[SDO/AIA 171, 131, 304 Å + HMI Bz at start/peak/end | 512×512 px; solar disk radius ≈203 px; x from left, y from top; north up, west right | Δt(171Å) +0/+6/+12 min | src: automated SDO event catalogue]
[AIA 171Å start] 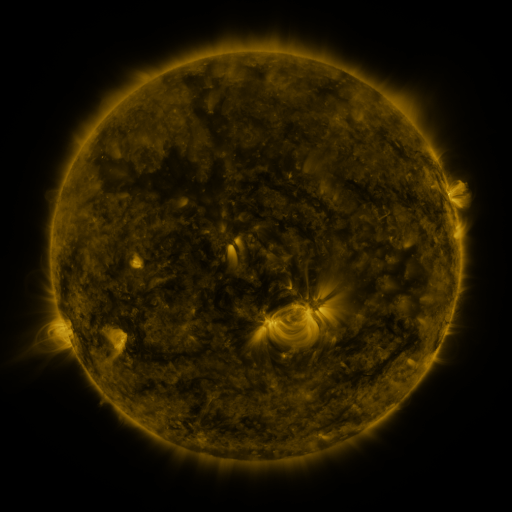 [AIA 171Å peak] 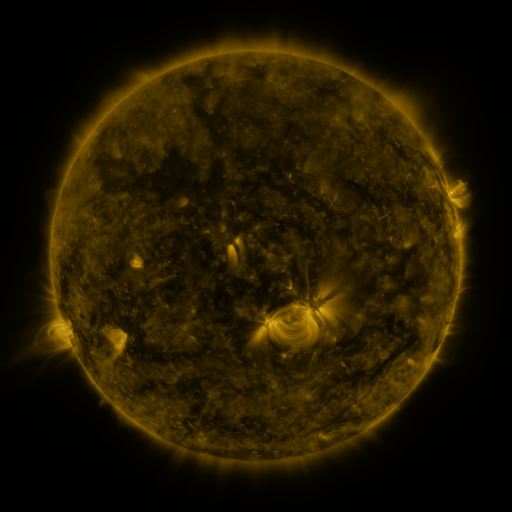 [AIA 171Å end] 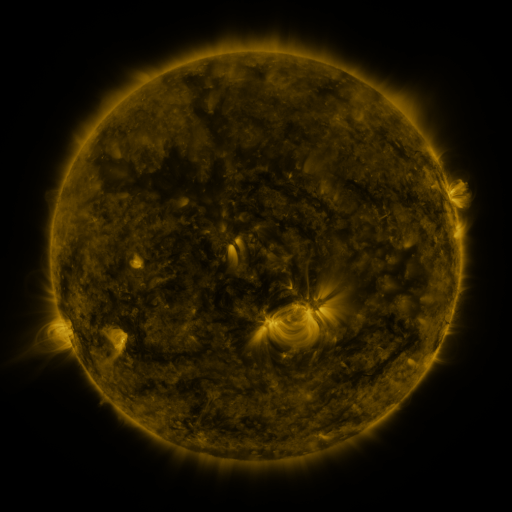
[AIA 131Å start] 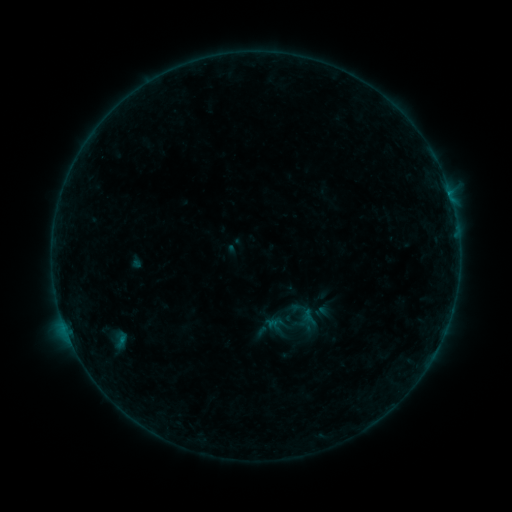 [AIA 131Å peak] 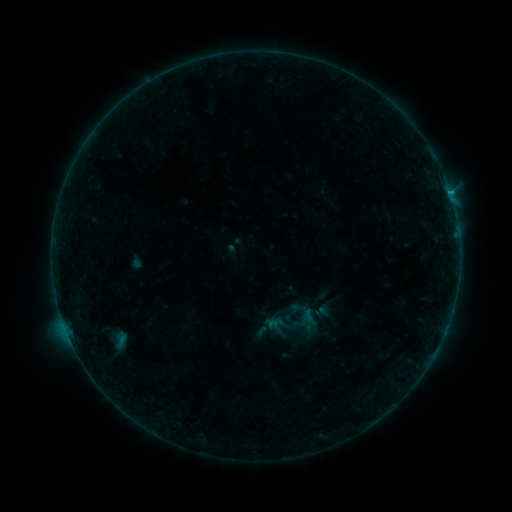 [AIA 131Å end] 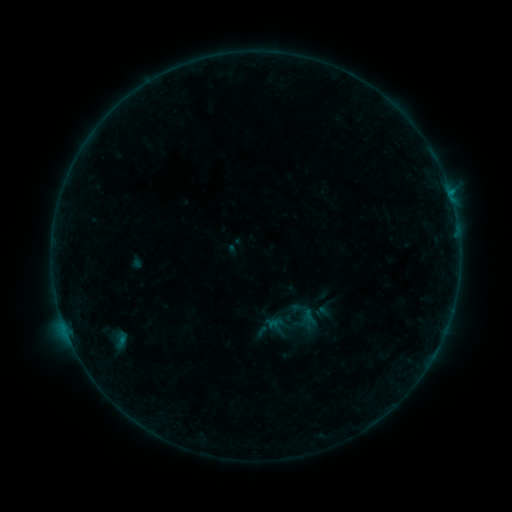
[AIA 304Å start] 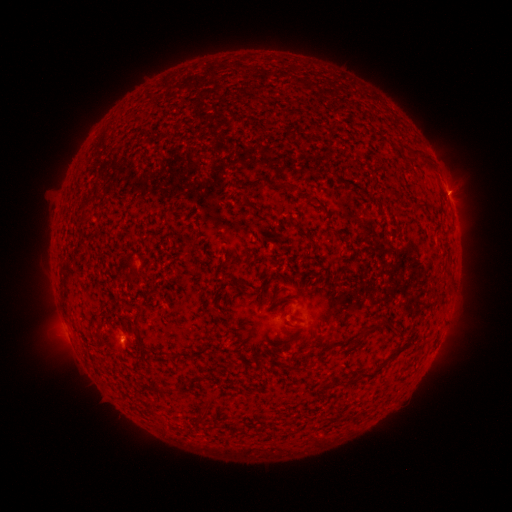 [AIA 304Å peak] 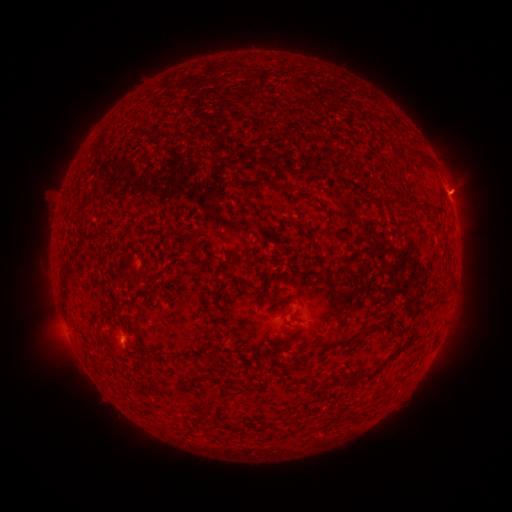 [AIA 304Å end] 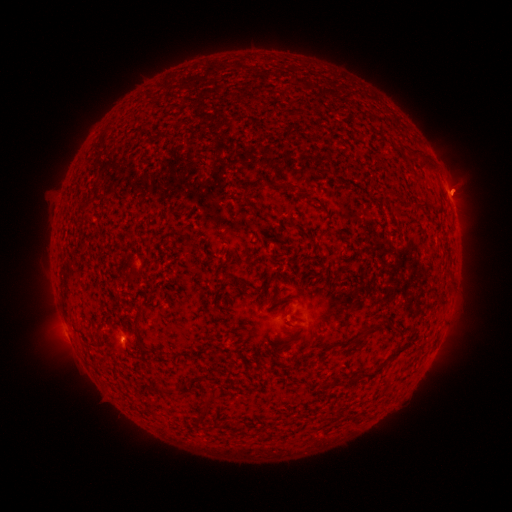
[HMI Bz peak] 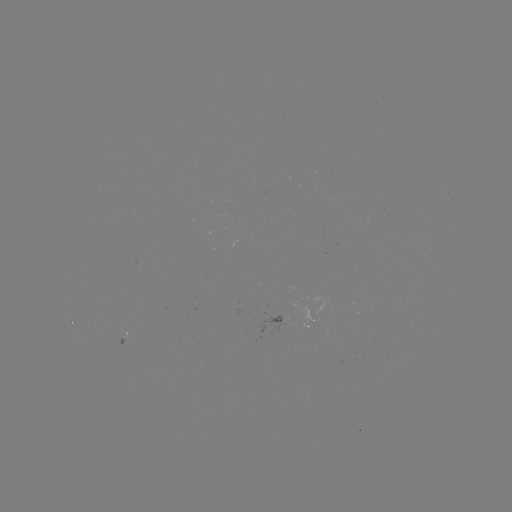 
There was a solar flare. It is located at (448, 195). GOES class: B2.7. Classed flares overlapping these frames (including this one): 1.